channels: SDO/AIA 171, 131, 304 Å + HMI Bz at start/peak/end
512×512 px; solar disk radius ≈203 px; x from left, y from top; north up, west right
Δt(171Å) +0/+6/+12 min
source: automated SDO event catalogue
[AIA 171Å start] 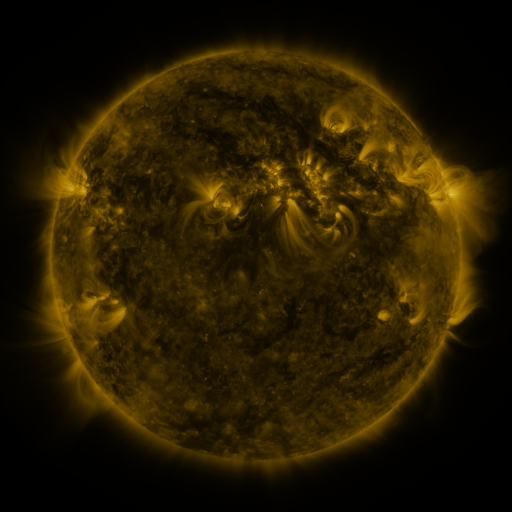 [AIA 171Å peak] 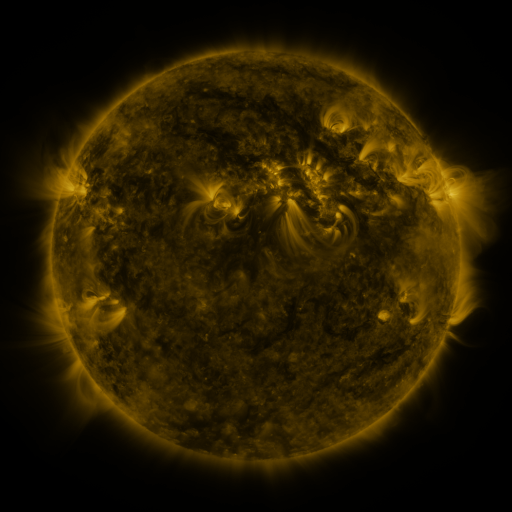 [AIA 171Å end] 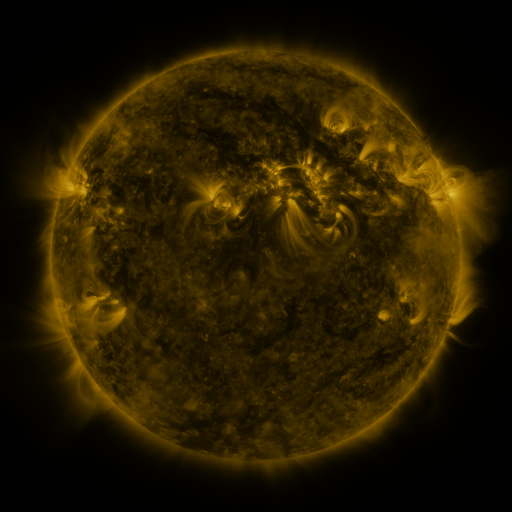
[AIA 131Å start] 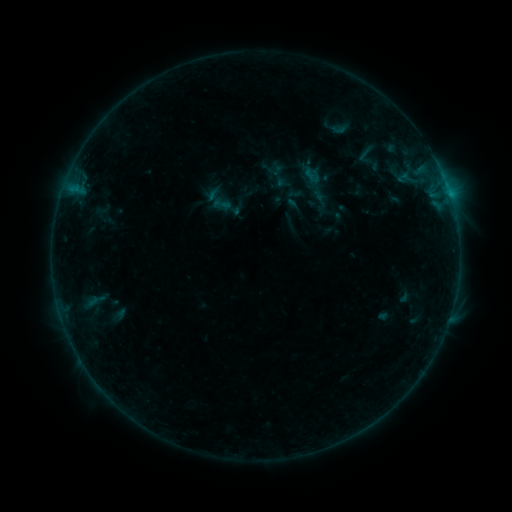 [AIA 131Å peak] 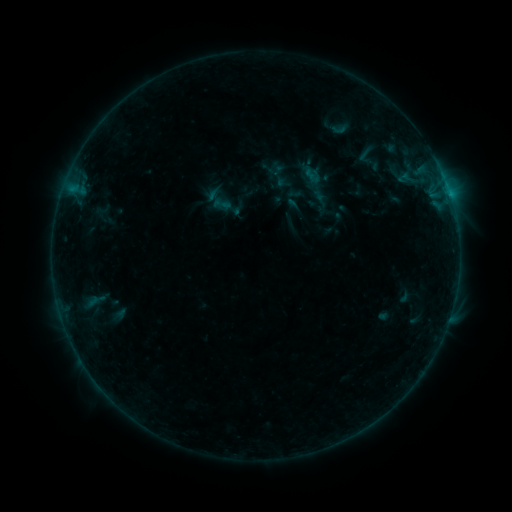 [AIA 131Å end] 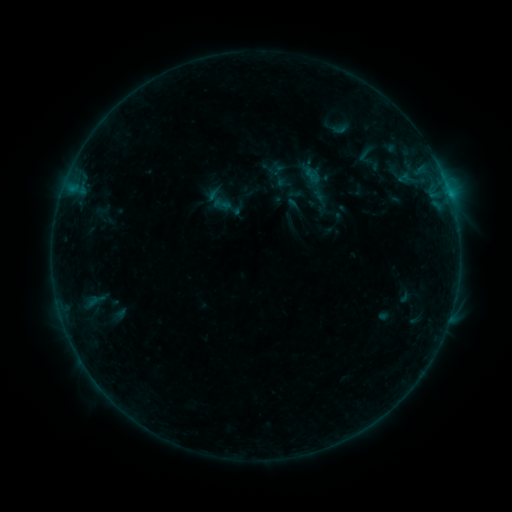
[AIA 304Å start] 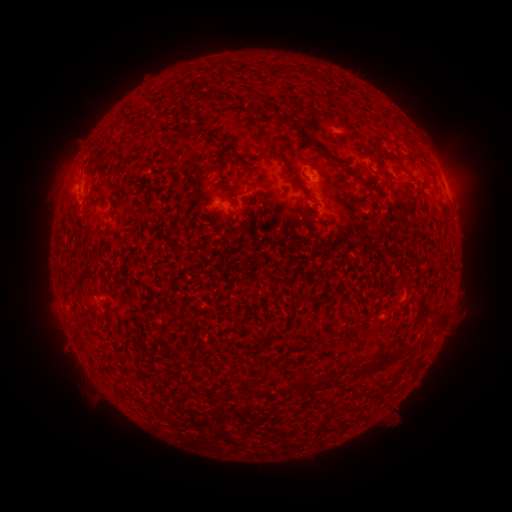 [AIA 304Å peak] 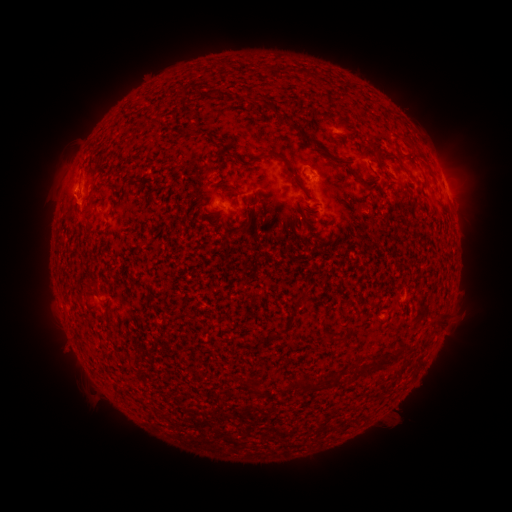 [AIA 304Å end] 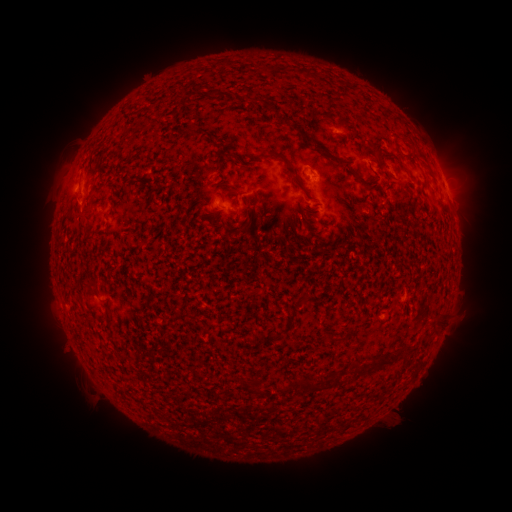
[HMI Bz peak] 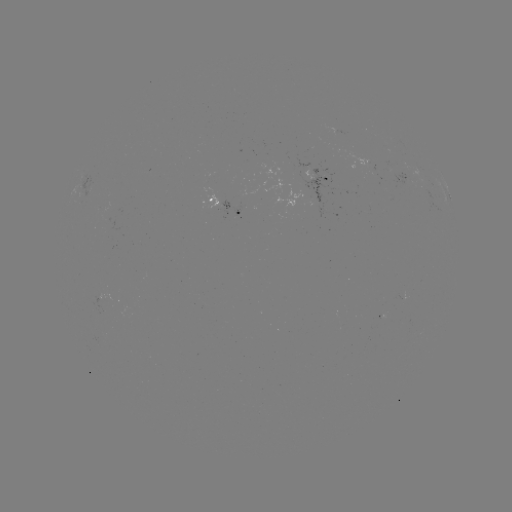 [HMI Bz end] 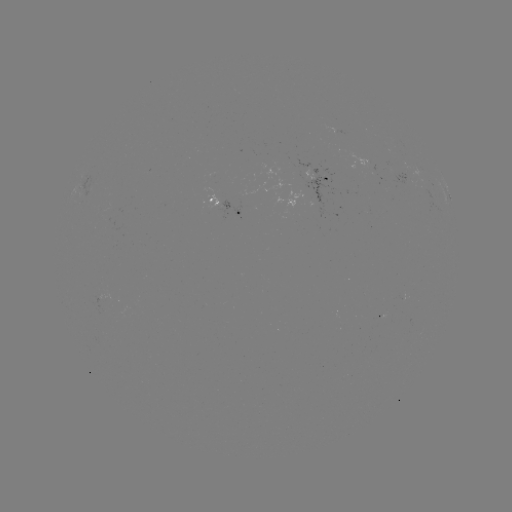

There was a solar eruption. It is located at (73, 206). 